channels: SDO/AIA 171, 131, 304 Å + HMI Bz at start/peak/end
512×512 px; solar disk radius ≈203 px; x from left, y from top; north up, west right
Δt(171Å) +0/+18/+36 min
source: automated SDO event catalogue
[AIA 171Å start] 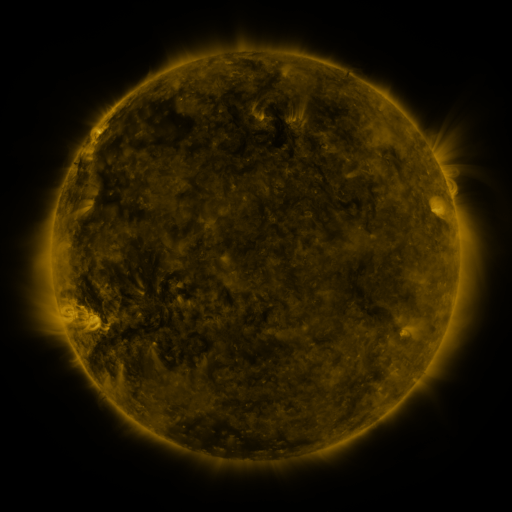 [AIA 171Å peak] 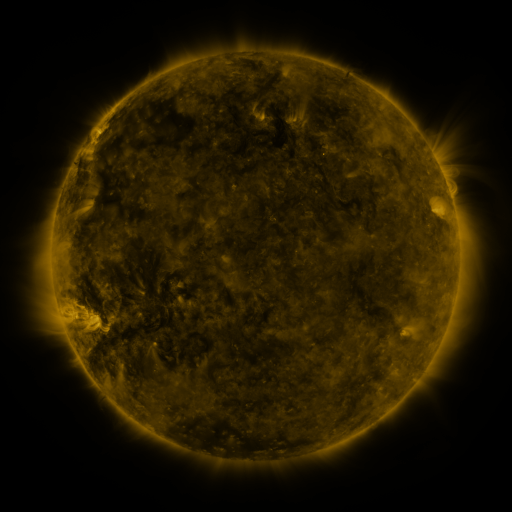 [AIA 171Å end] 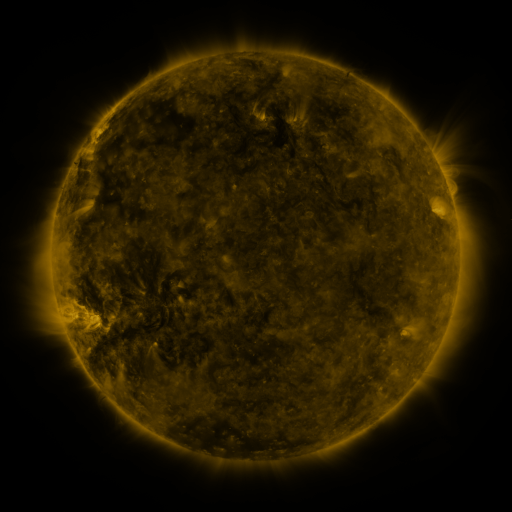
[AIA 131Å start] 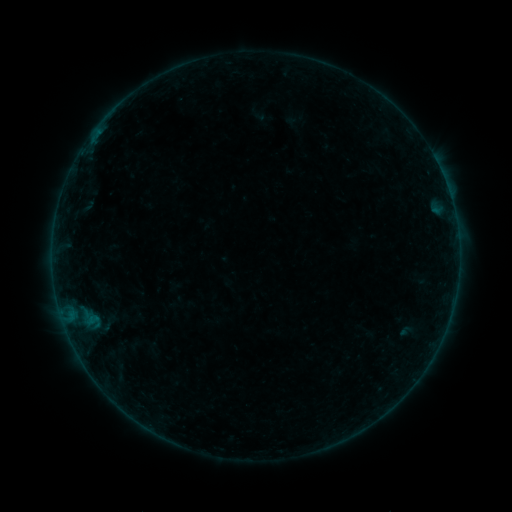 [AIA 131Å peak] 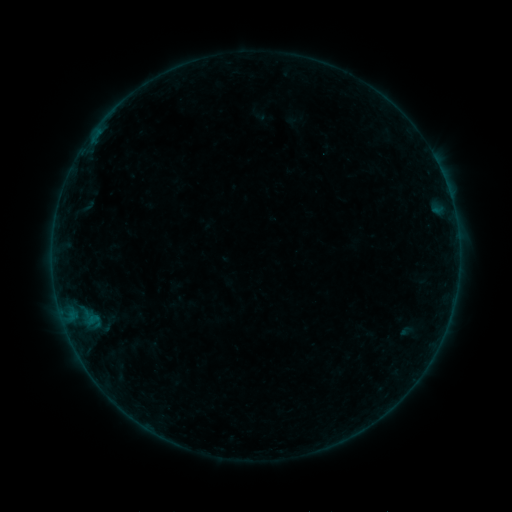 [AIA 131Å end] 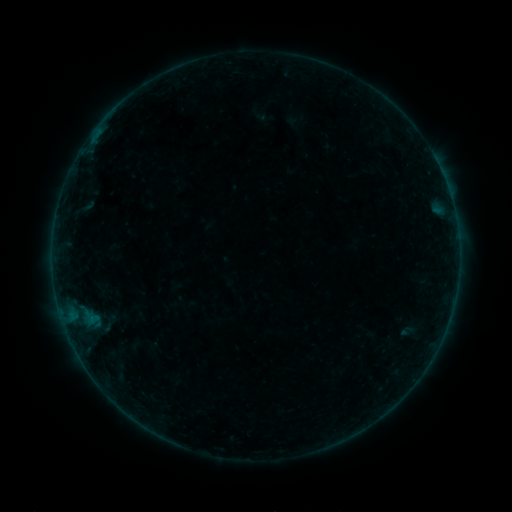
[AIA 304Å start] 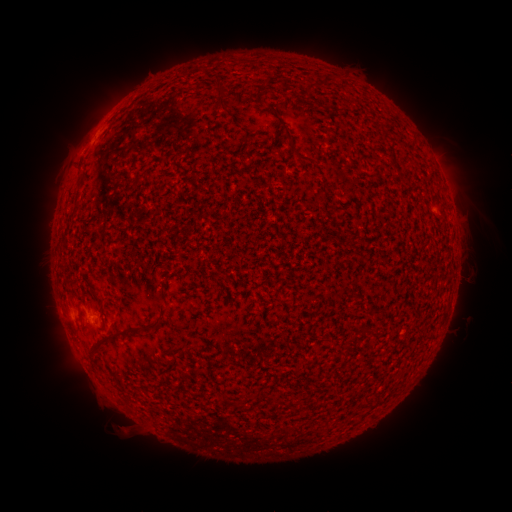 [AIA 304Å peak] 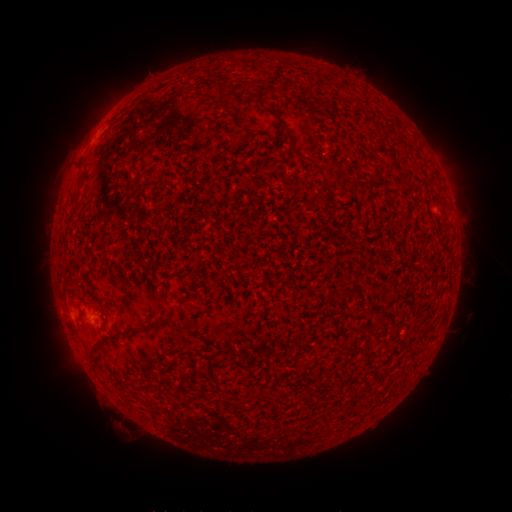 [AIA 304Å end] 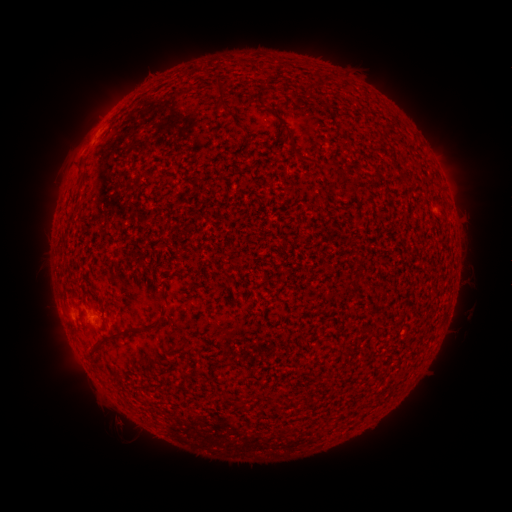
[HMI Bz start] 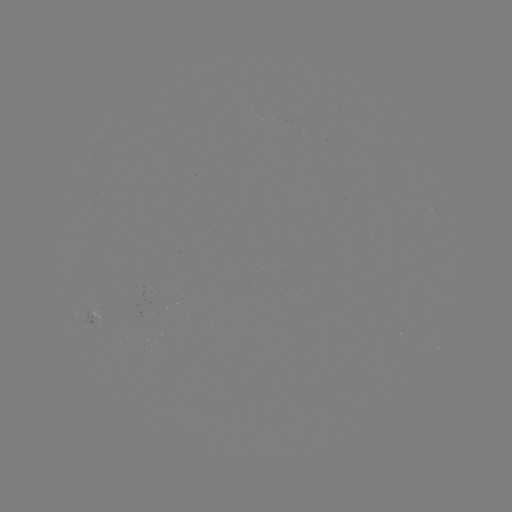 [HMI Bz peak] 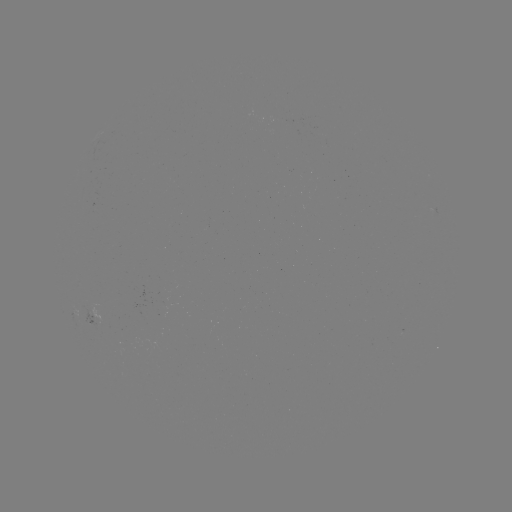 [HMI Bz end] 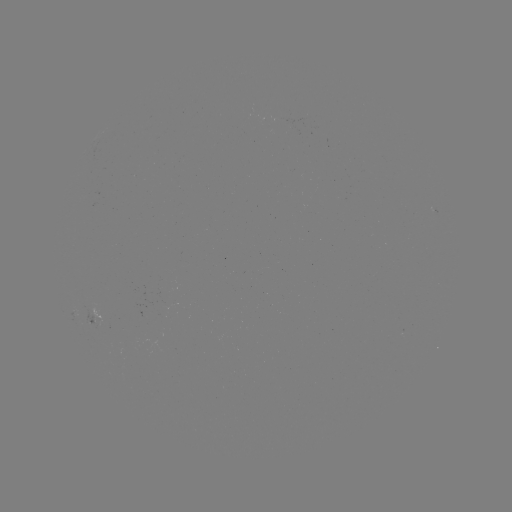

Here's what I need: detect eruption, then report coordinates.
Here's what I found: eruption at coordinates [119, 428].